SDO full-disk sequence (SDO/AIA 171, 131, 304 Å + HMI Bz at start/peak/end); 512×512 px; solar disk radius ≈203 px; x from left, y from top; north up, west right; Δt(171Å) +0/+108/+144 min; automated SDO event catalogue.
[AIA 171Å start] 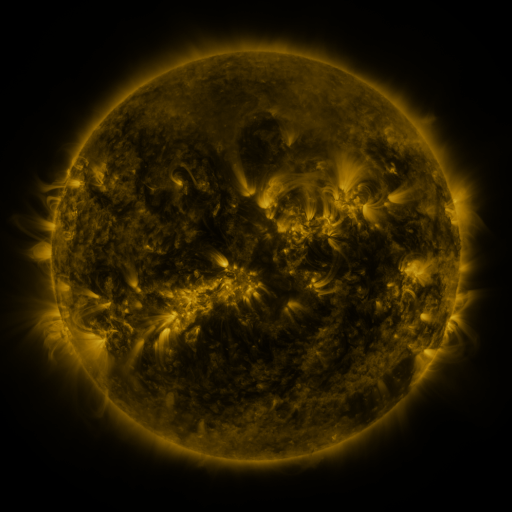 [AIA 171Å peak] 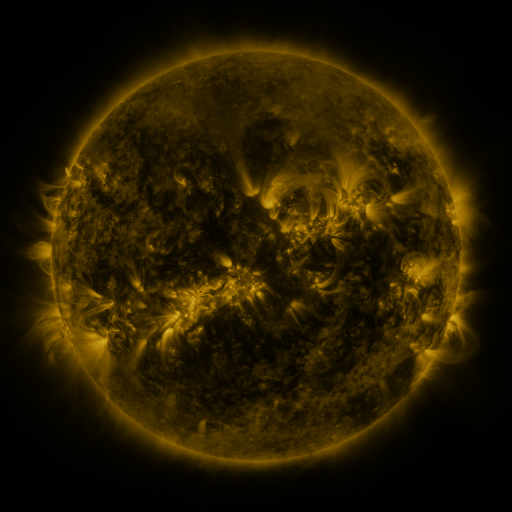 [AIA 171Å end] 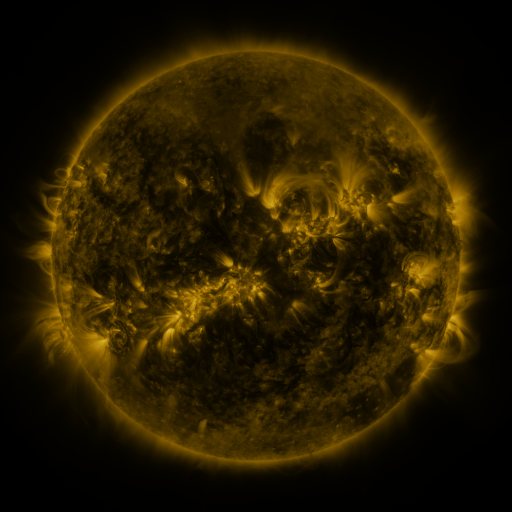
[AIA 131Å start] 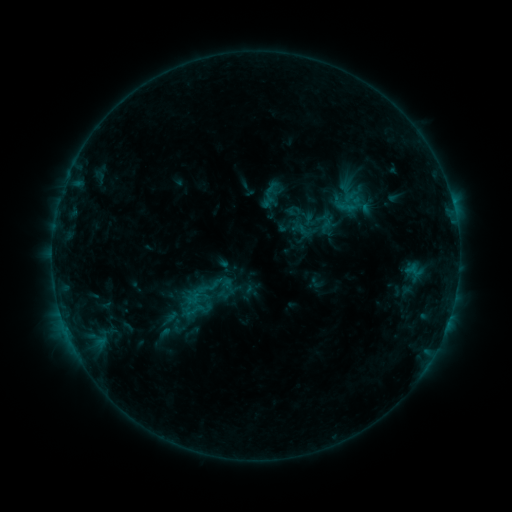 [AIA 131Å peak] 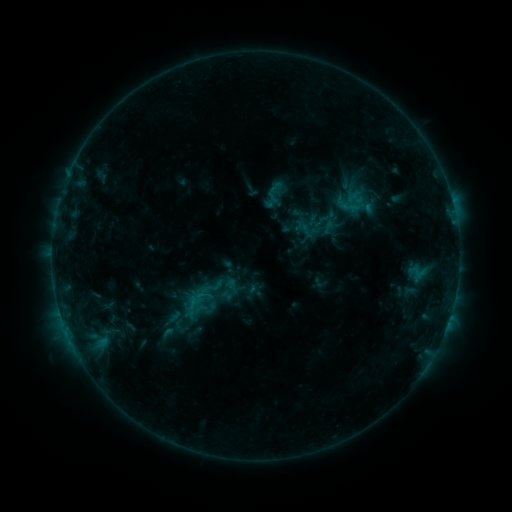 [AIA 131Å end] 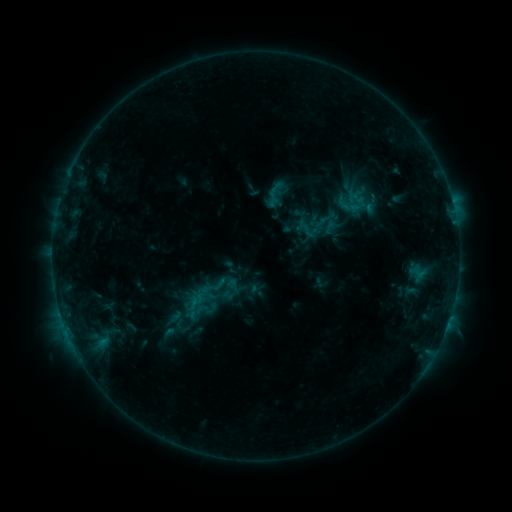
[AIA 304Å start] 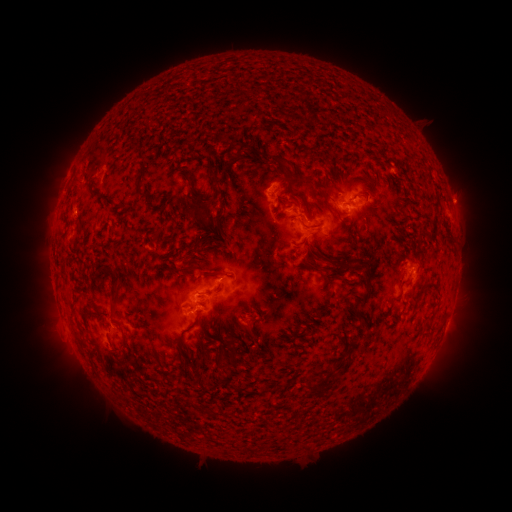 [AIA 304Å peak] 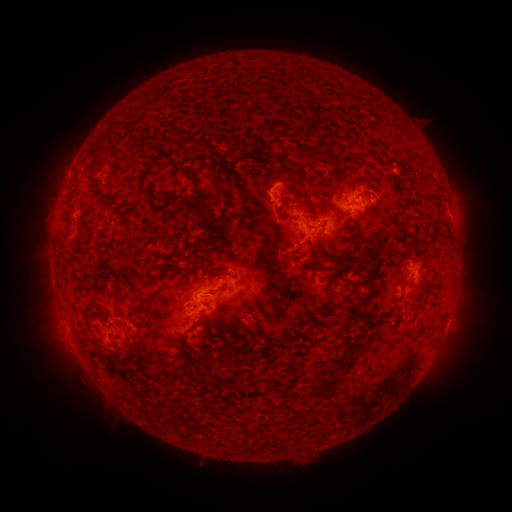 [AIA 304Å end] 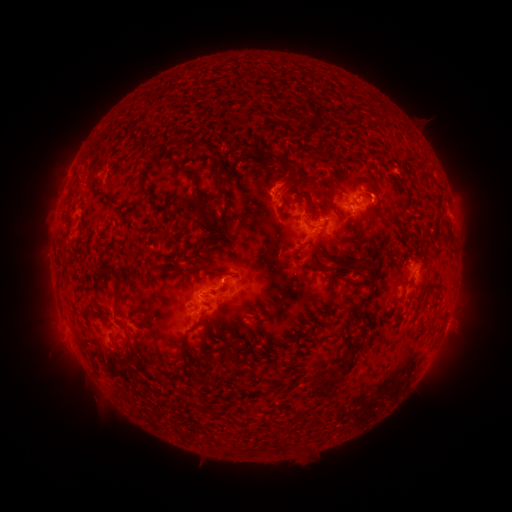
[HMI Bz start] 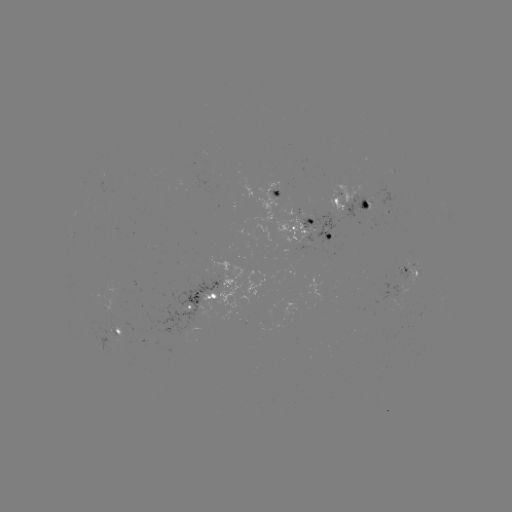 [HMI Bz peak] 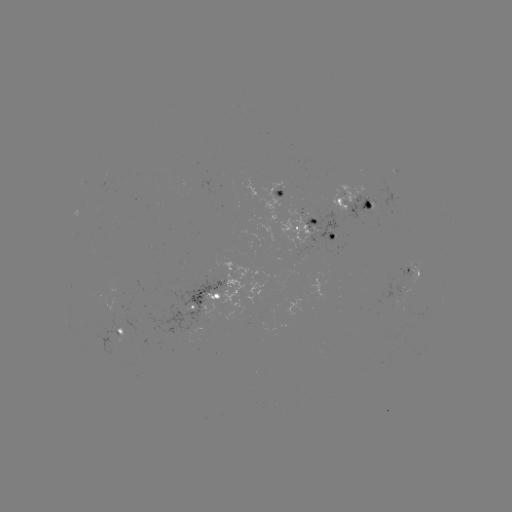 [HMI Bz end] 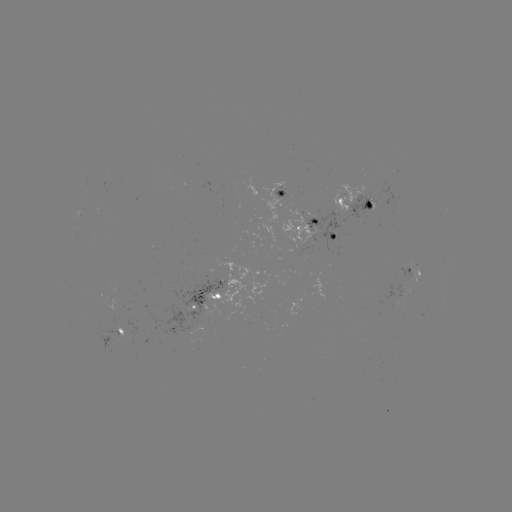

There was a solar emerging-flux region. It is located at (282, 194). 